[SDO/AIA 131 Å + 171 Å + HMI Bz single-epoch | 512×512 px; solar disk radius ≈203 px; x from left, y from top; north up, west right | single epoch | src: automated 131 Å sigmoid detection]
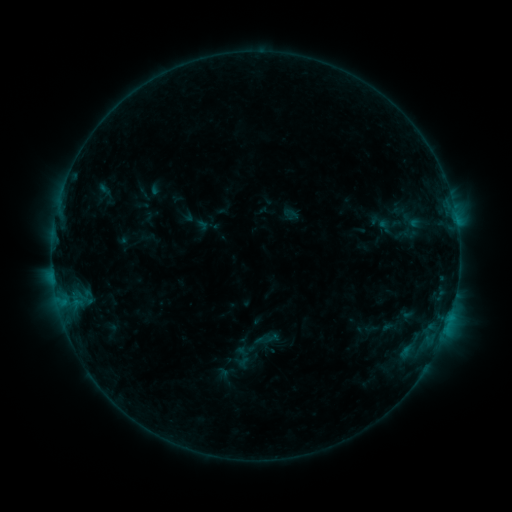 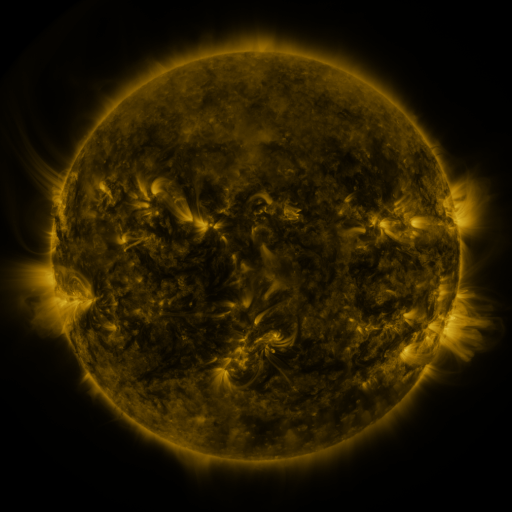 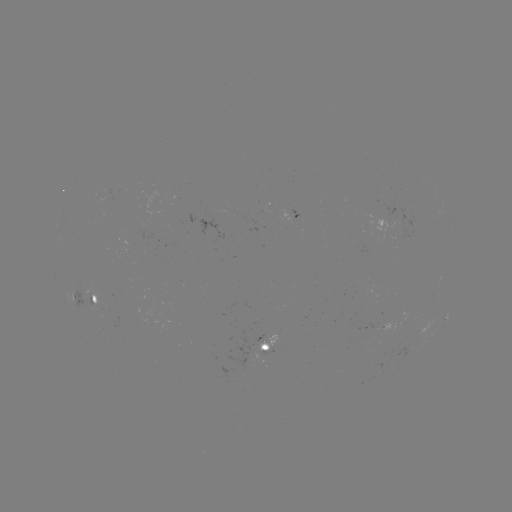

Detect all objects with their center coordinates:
sigmoid: (413, 221)
